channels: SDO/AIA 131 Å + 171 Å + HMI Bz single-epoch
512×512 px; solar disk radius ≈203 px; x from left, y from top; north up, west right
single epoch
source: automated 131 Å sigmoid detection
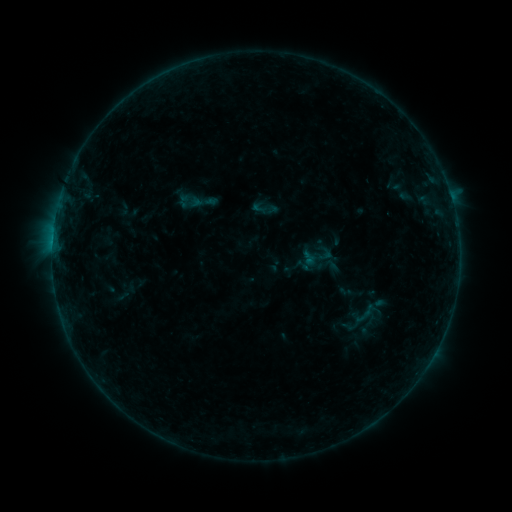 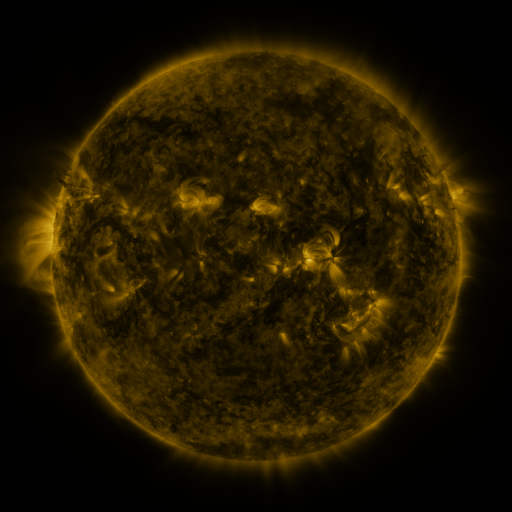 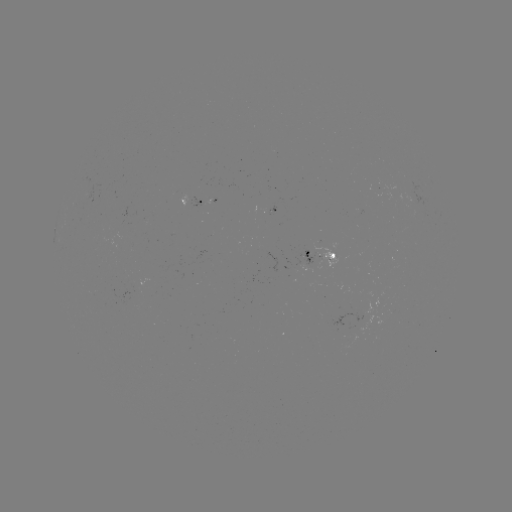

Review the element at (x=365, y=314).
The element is sigmoid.